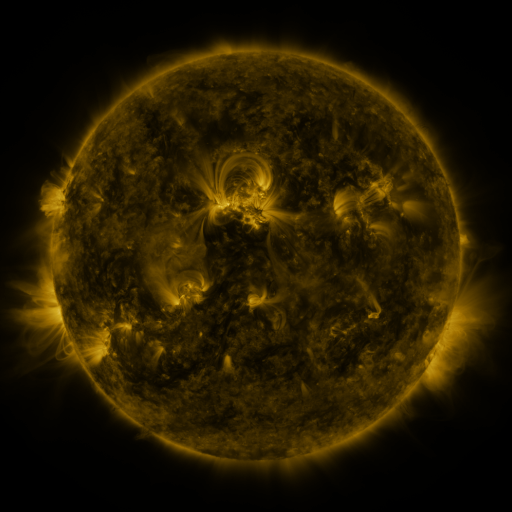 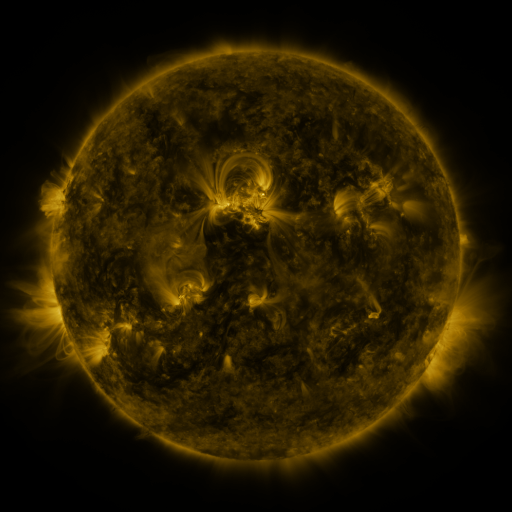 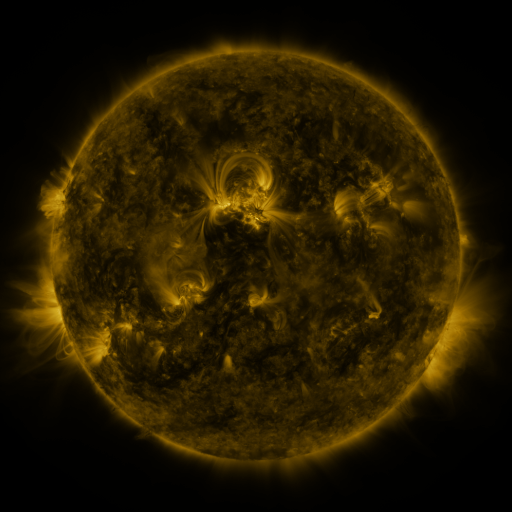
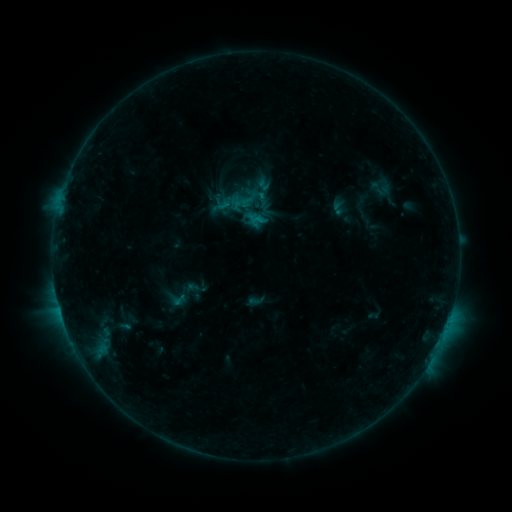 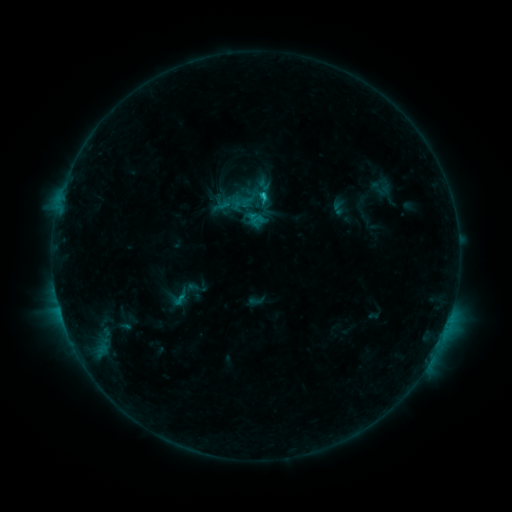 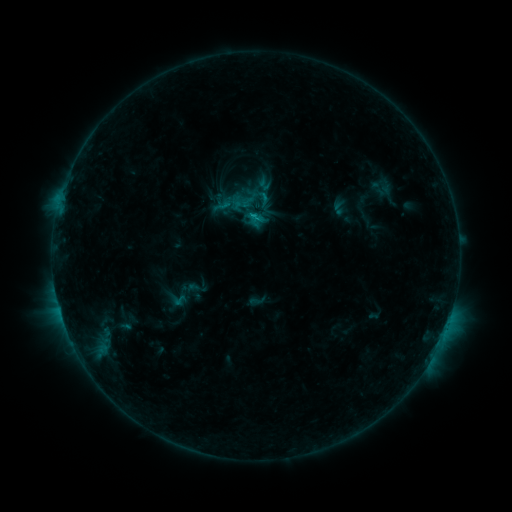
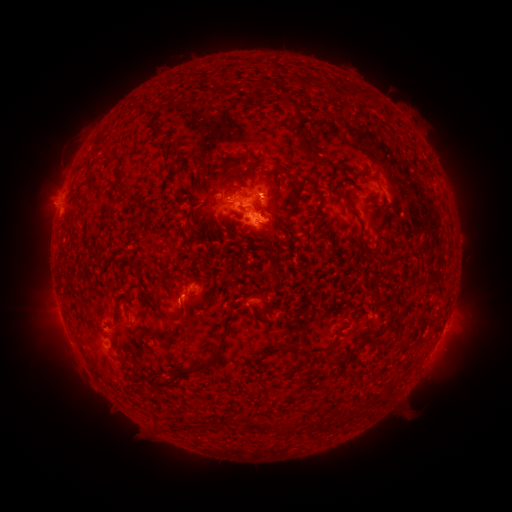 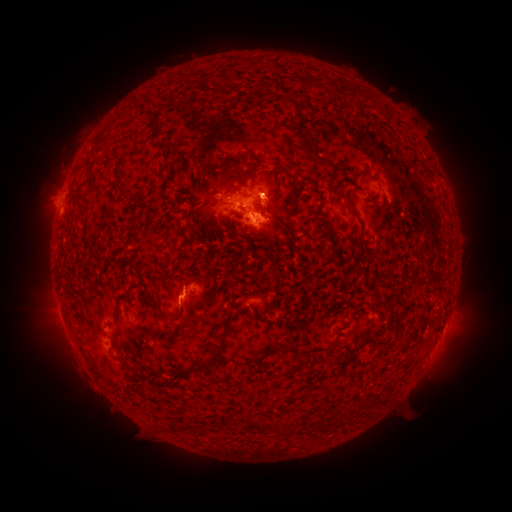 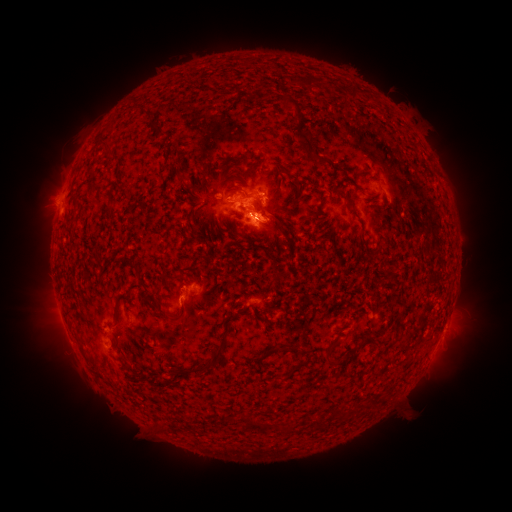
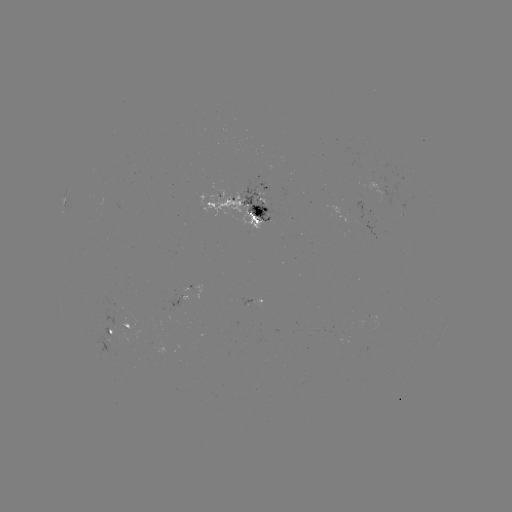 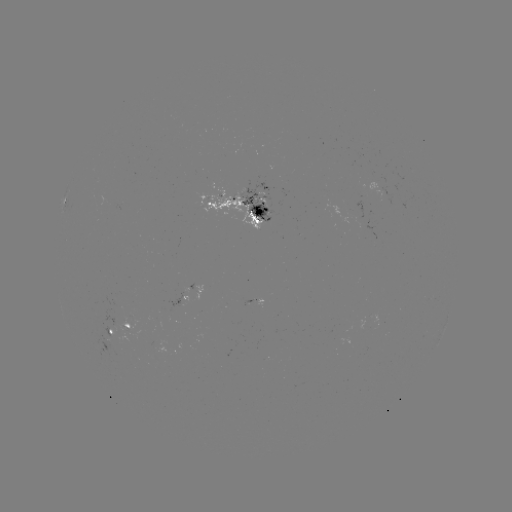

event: flare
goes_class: C1.2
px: (259, 196)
